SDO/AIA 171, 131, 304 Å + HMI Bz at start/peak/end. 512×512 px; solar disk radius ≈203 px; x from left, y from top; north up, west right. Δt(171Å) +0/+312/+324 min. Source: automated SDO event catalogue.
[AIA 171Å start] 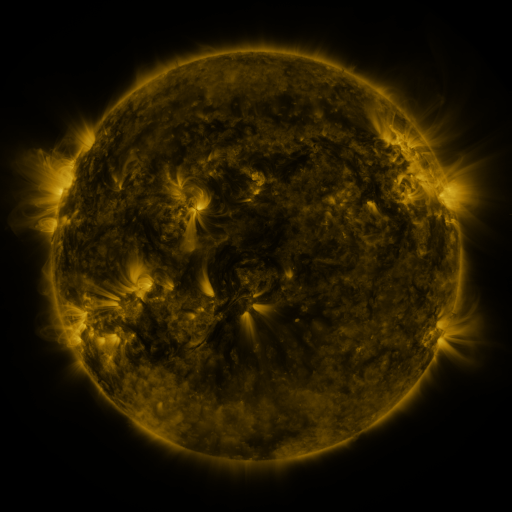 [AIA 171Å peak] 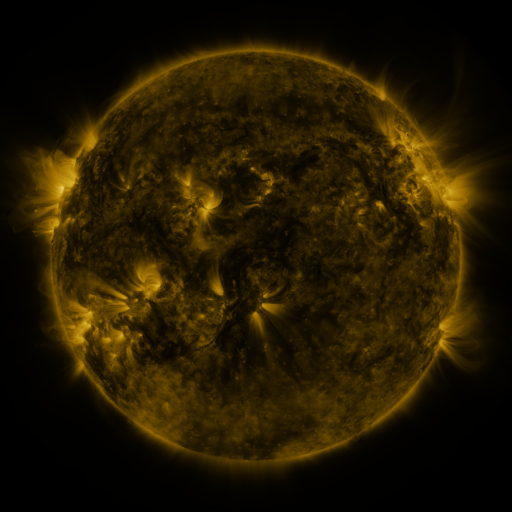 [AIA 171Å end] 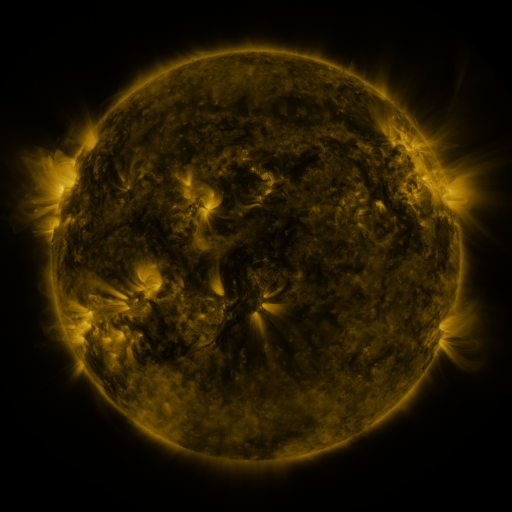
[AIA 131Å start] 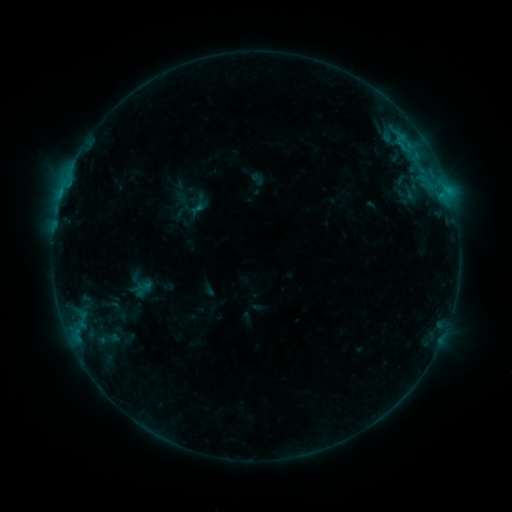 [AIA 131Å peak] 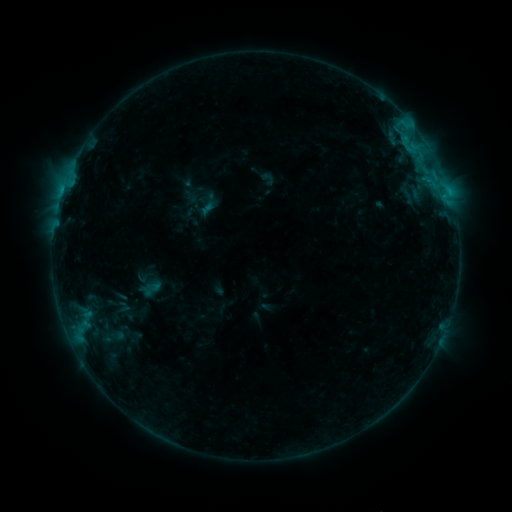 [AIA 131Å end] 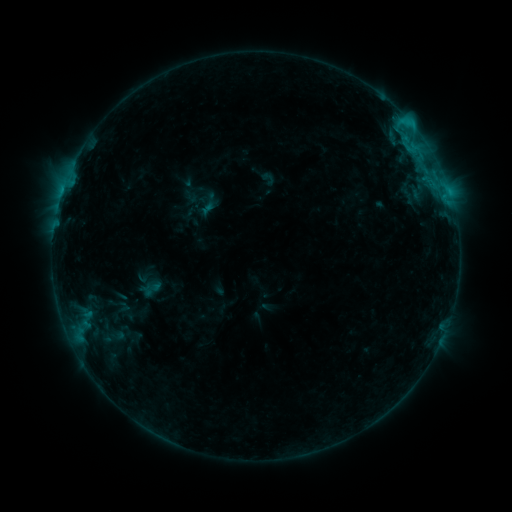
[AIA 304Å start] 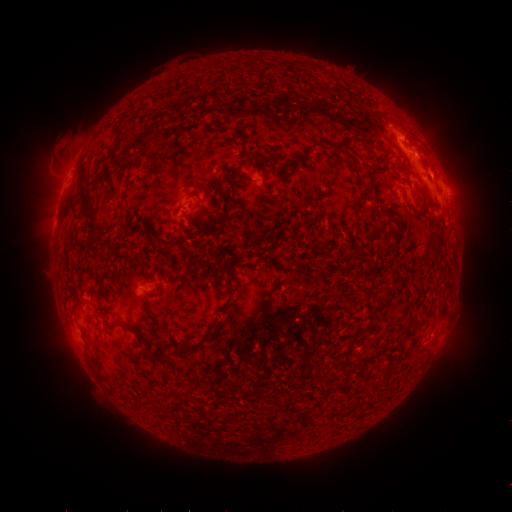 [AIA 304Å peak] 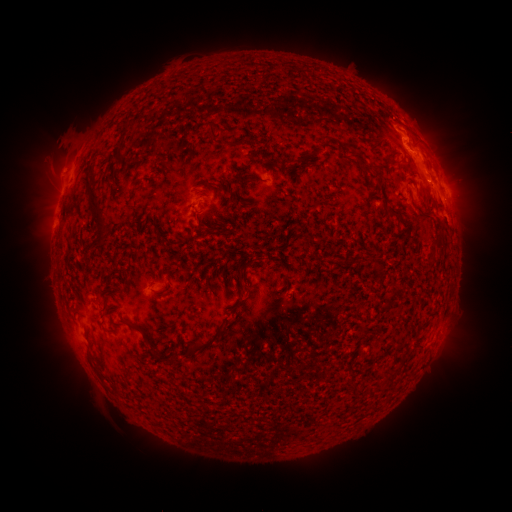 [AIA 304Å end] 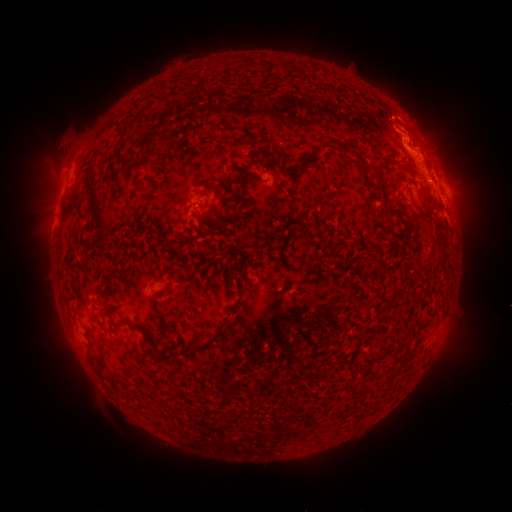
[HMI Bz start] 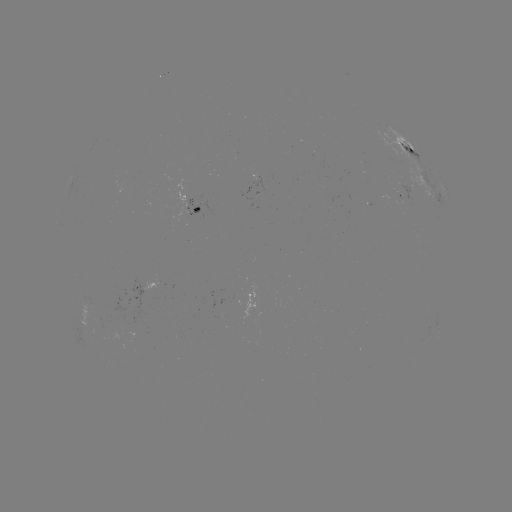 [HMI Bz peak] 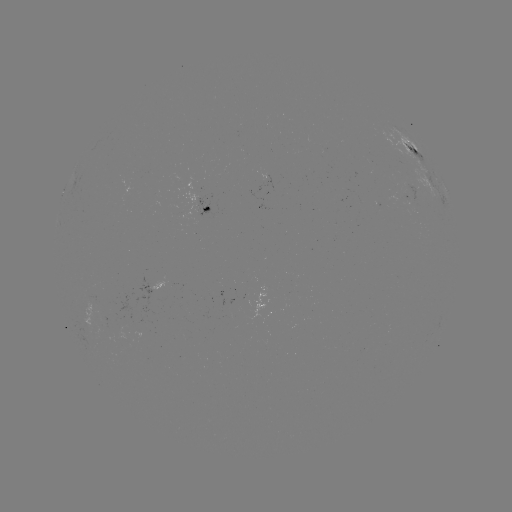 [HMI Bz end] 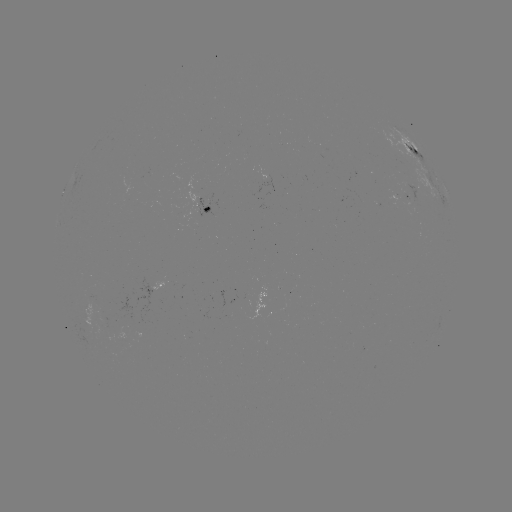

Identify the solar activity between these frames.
emerging-flux region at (92, 304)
